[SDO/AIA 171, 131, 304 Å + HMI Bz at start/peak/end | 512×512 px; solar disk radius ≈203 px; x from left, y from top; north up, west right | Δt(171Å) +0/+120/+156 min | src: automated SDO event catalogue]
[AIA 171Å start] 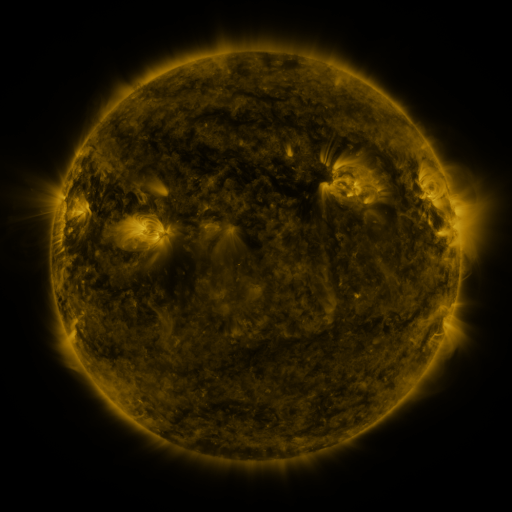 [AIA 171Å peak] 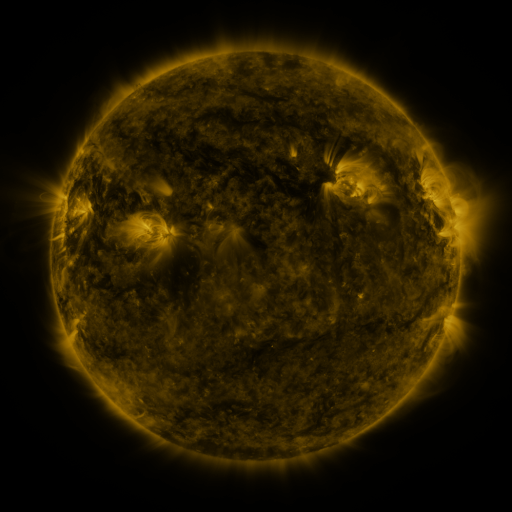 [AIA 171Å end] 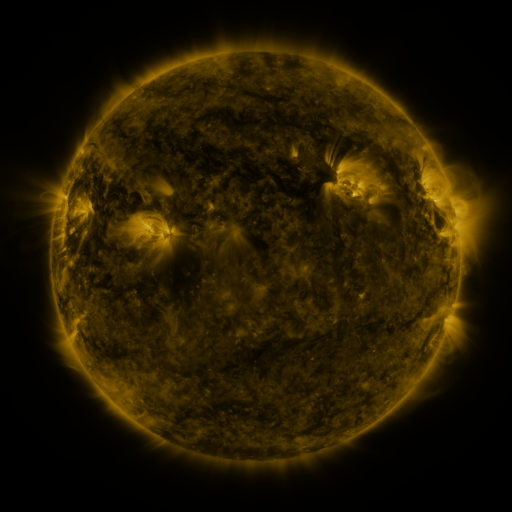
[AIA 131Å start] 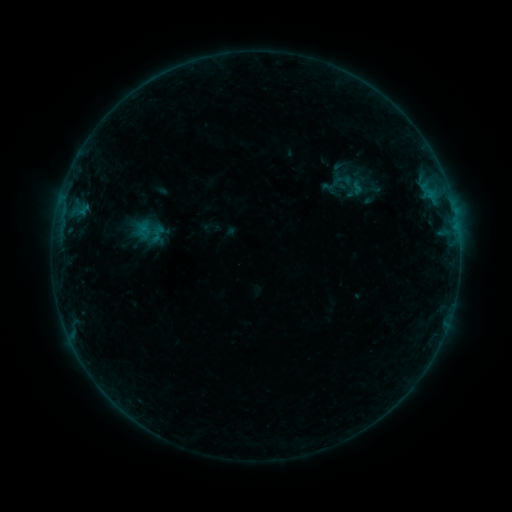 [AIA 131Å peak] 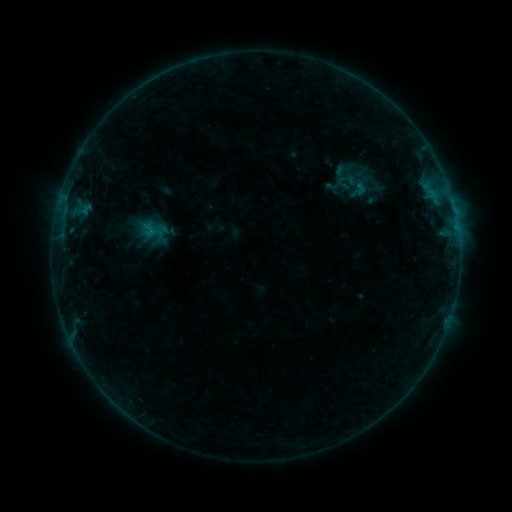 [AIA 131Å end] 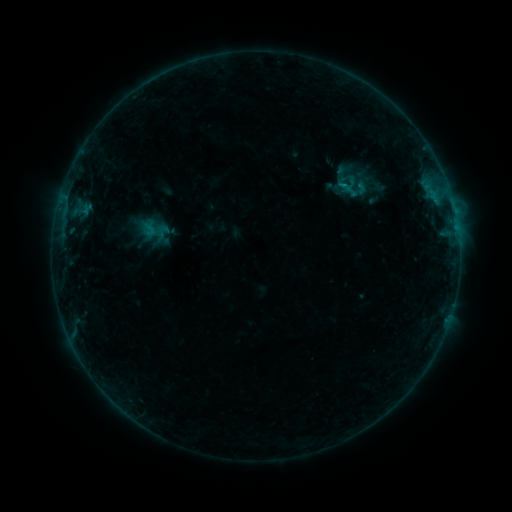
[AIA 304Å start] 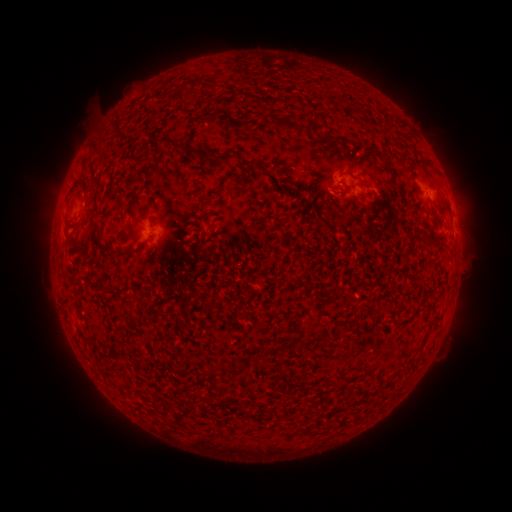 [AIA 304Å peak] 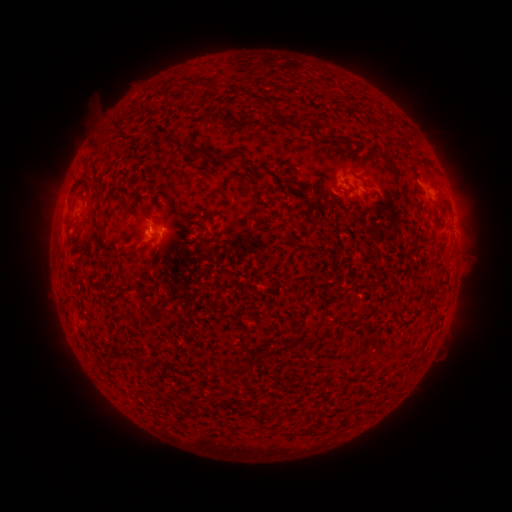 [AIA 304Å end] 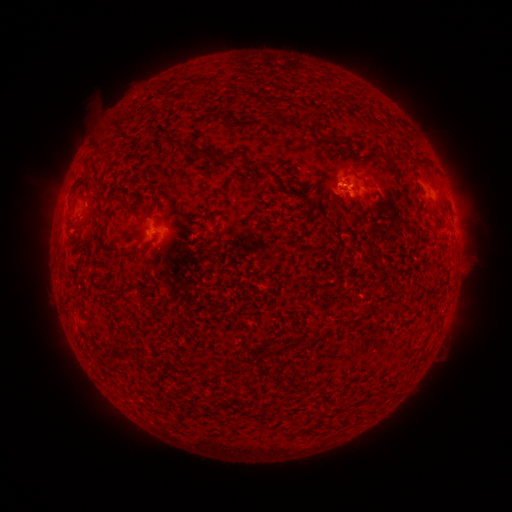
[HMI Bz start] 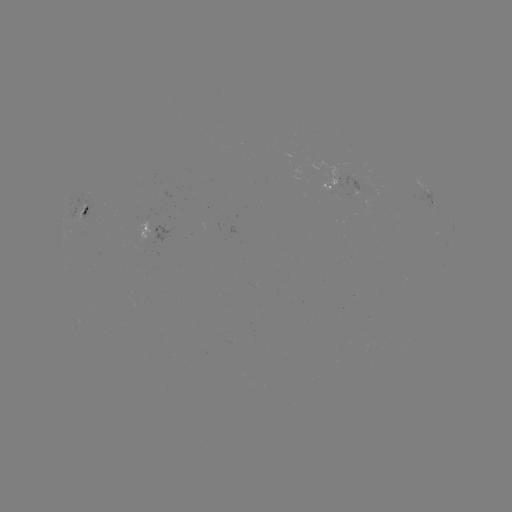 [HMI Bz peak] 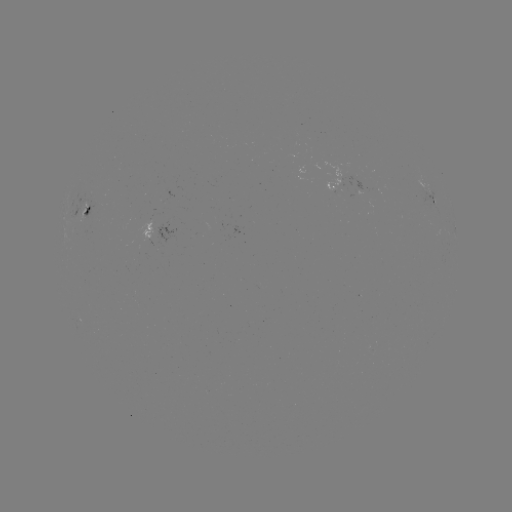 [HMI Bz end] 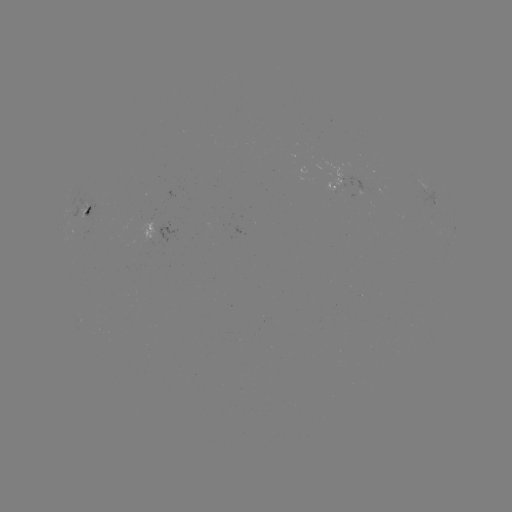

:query emerging-flux region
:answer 299,169